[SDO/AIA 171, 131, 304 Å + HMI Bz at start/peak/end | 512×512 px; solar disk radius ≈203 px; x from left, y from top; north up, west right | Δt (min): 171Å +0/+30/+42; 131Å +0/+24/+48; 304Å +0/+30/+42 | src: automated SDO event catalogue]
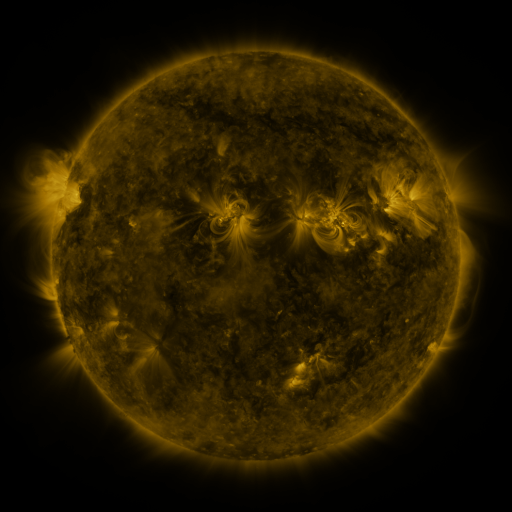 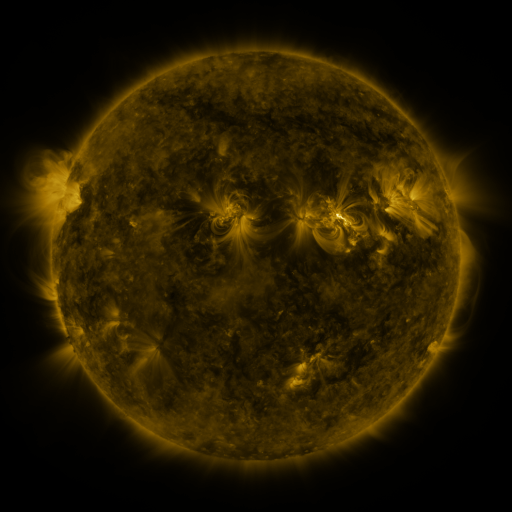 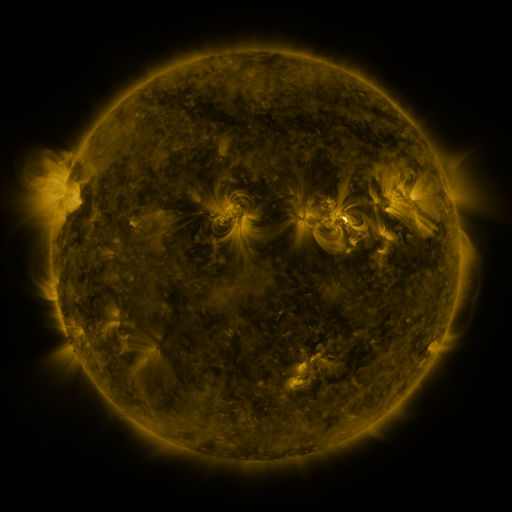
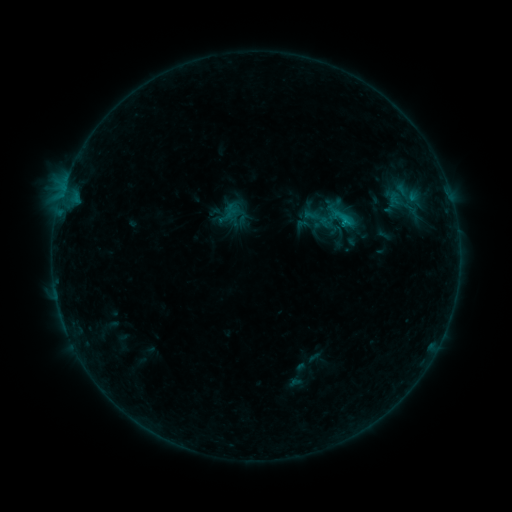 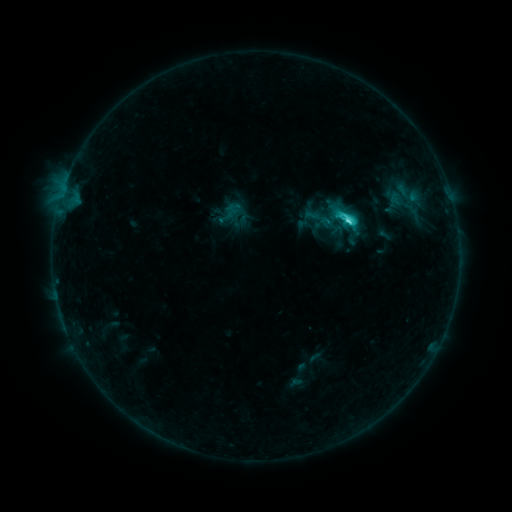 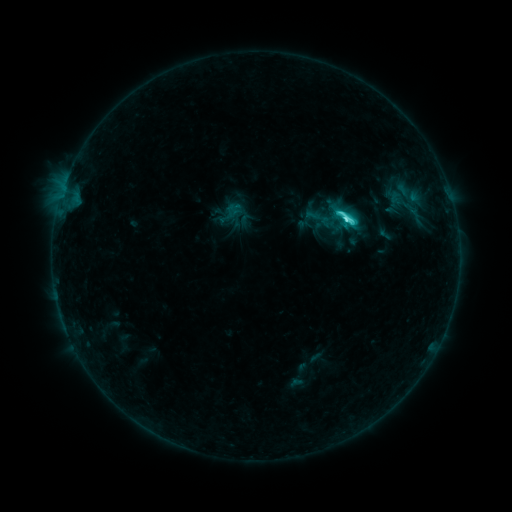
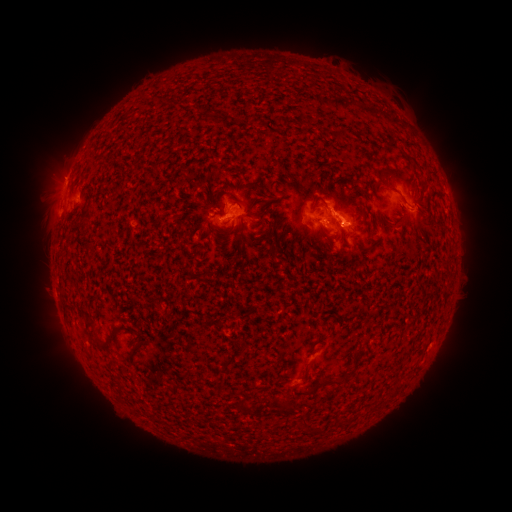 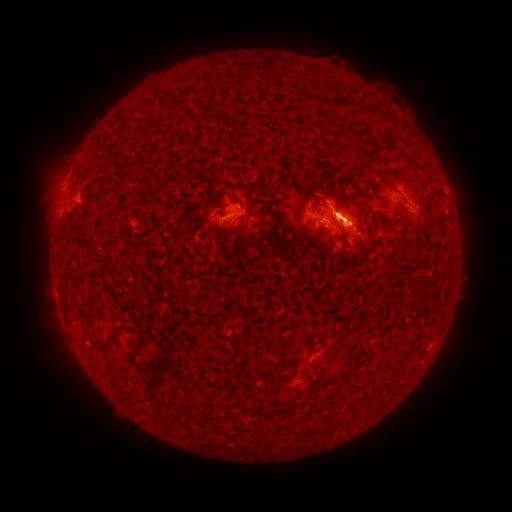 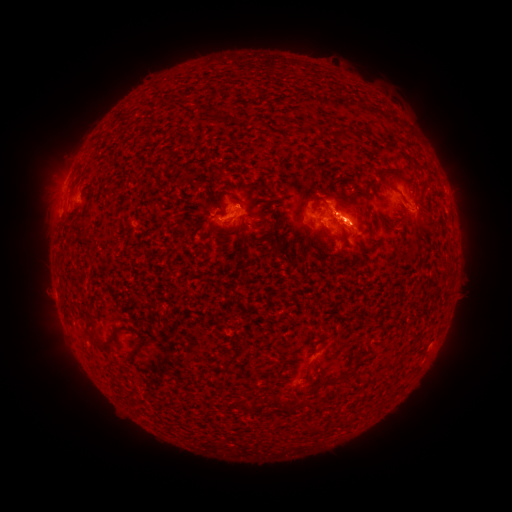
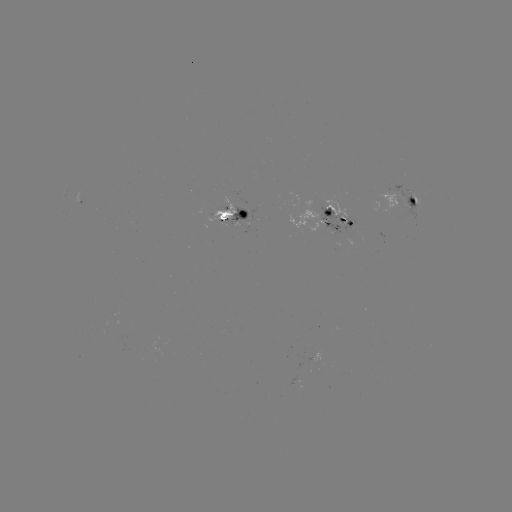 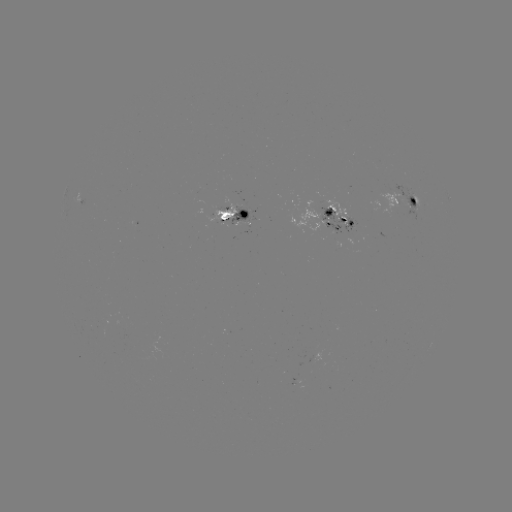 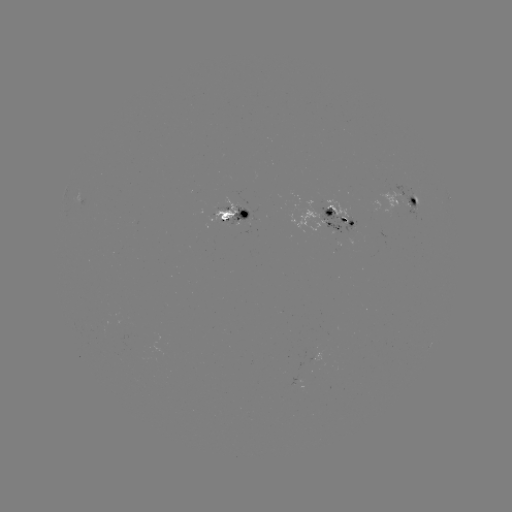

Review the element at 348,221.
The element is M1.1 flare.